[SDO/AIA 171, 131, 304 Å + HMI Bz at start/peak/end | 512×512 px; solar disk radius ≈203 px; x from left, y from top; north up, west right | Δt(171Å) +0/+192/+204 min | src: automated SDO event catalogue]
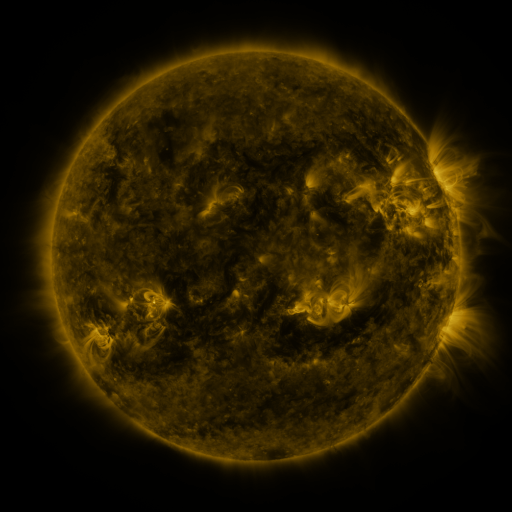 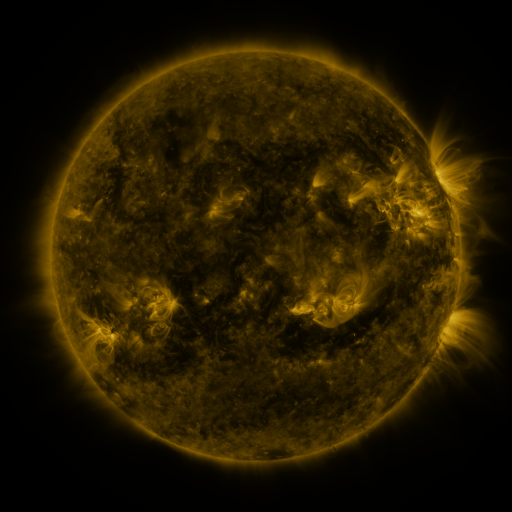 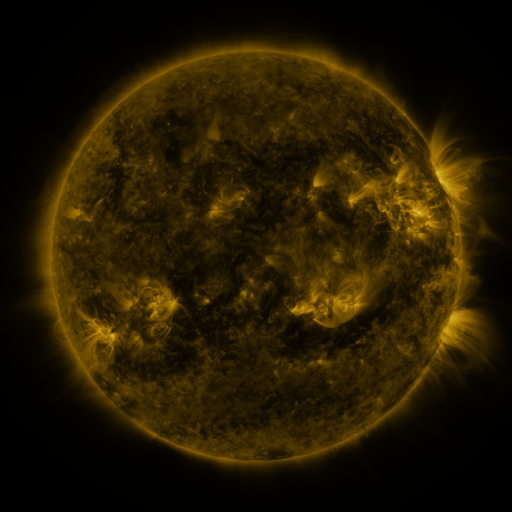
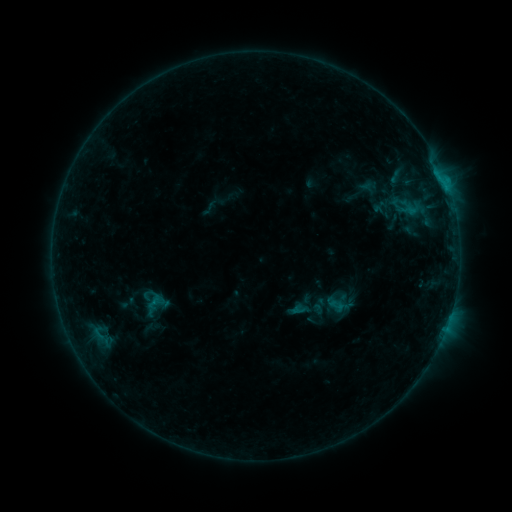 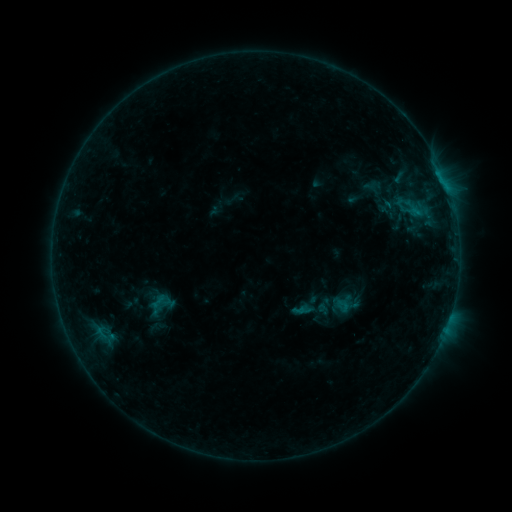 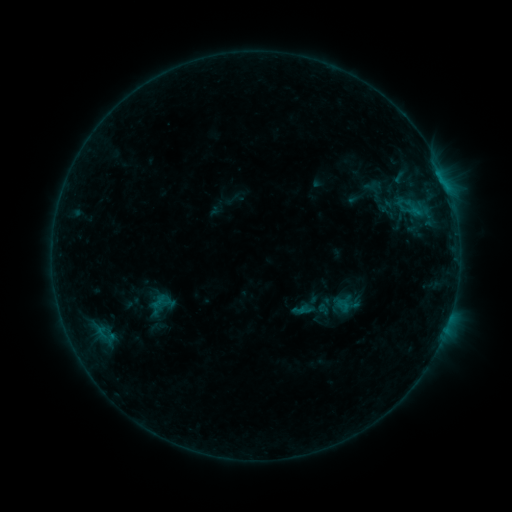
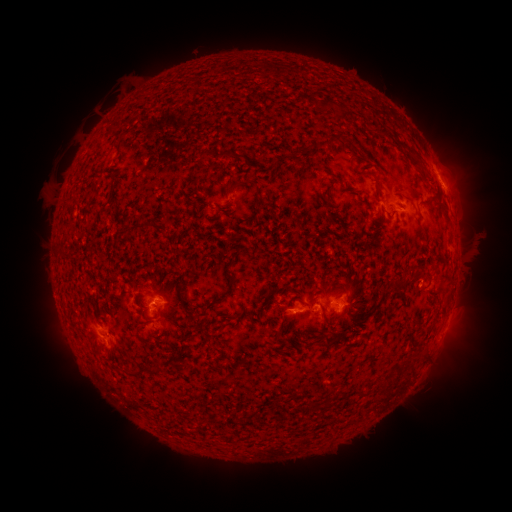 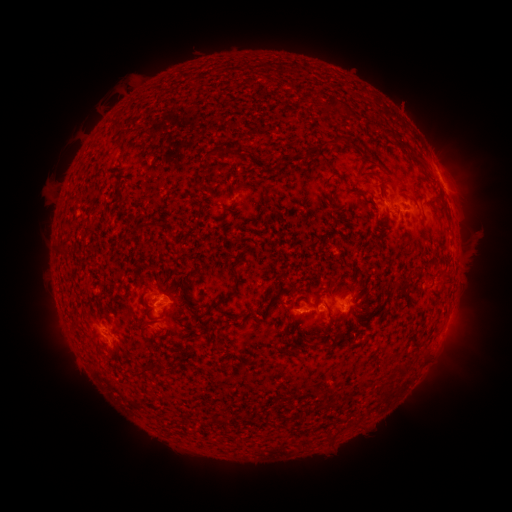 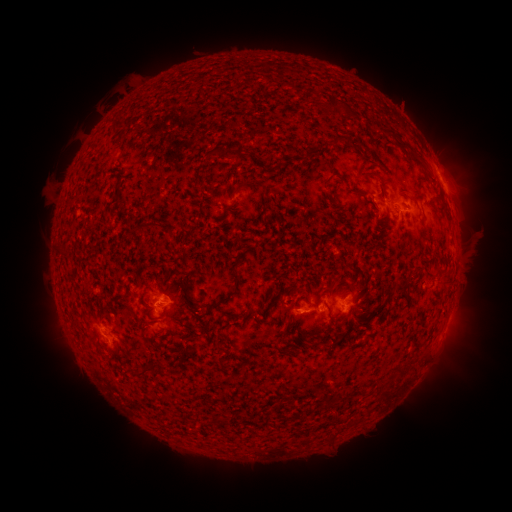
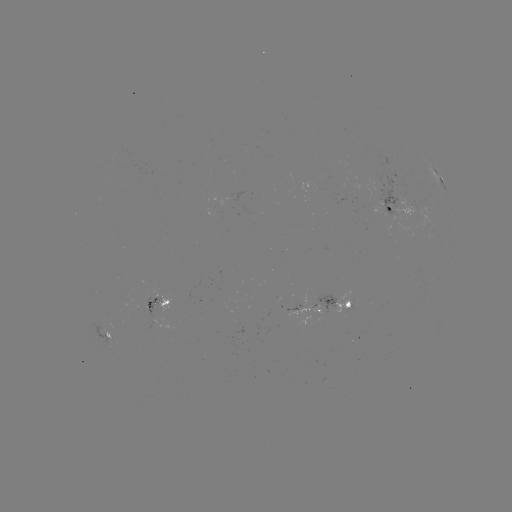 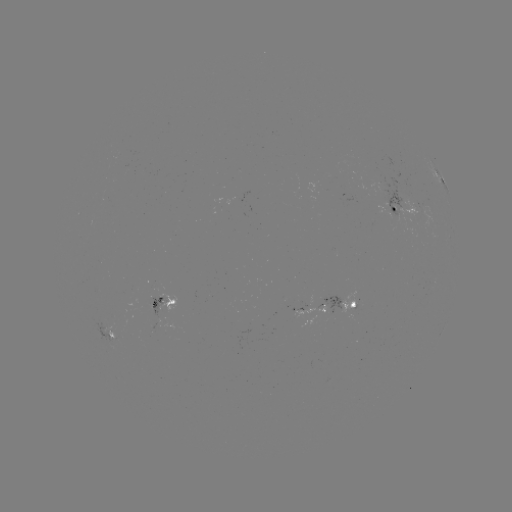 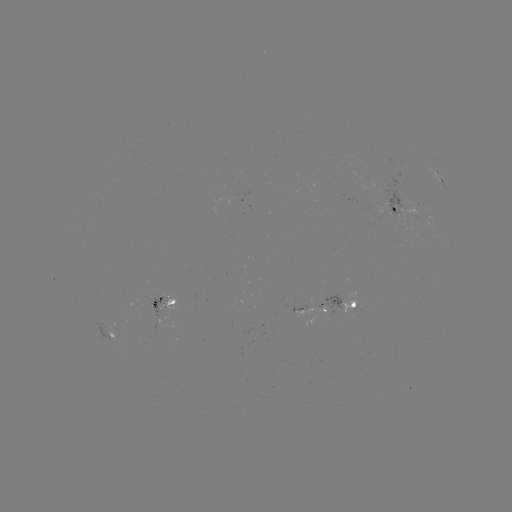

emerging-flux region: <bbox>148, 297, 169, 317</bbox>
